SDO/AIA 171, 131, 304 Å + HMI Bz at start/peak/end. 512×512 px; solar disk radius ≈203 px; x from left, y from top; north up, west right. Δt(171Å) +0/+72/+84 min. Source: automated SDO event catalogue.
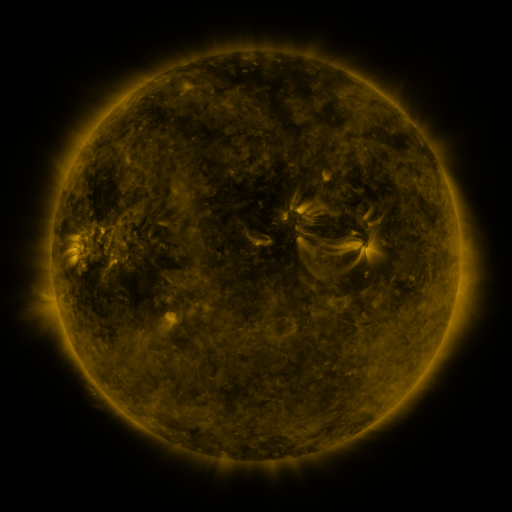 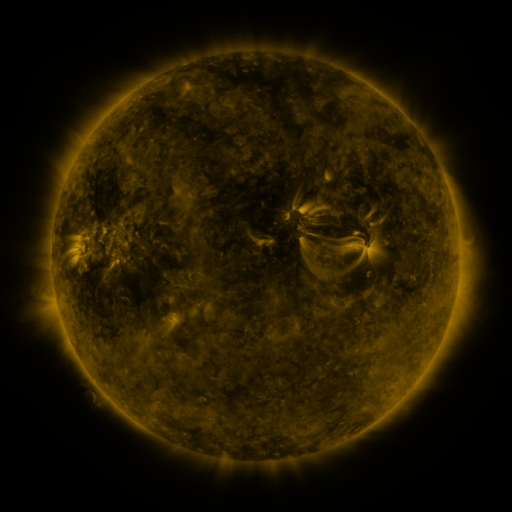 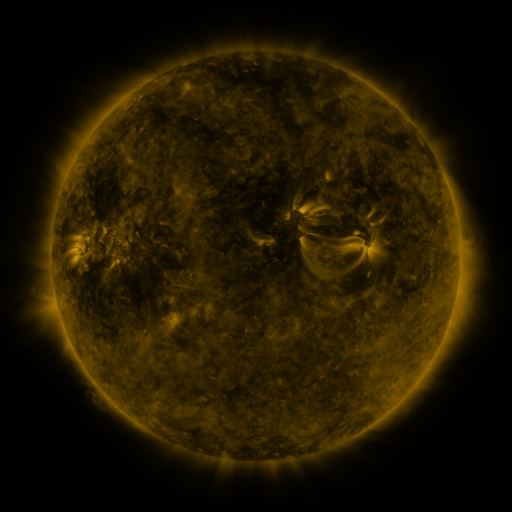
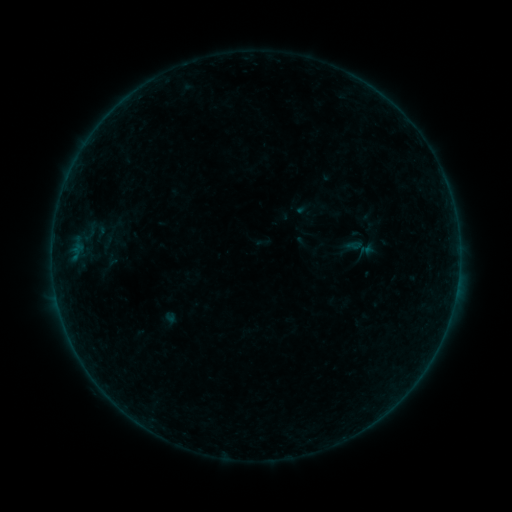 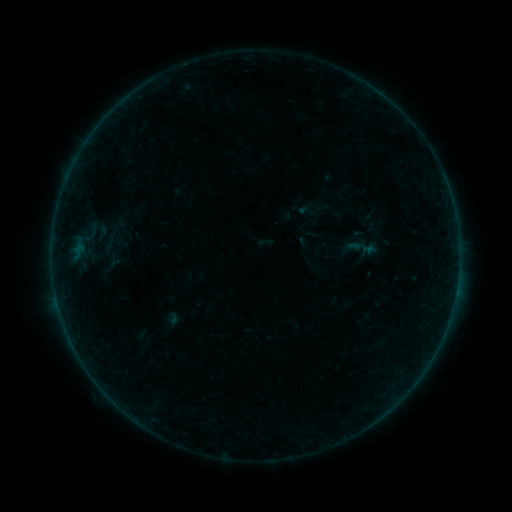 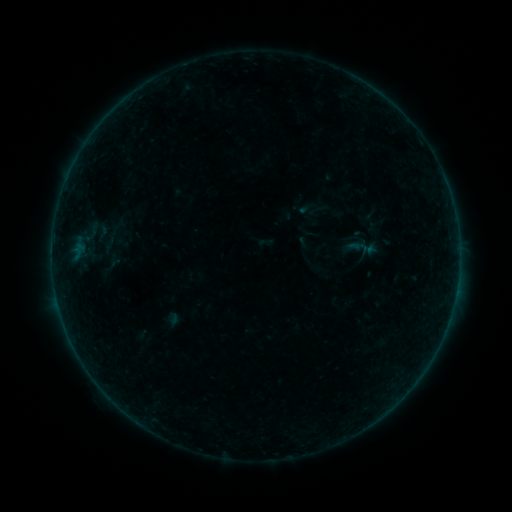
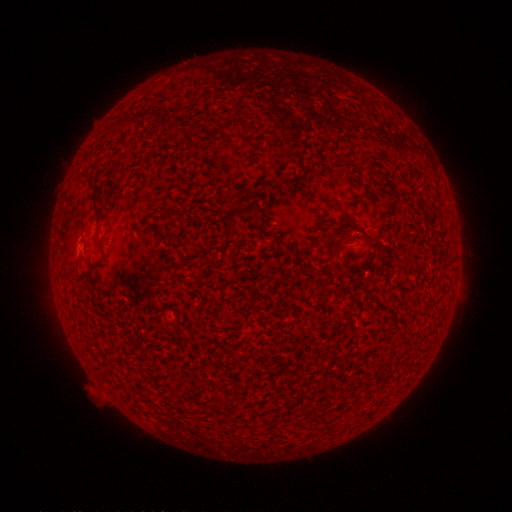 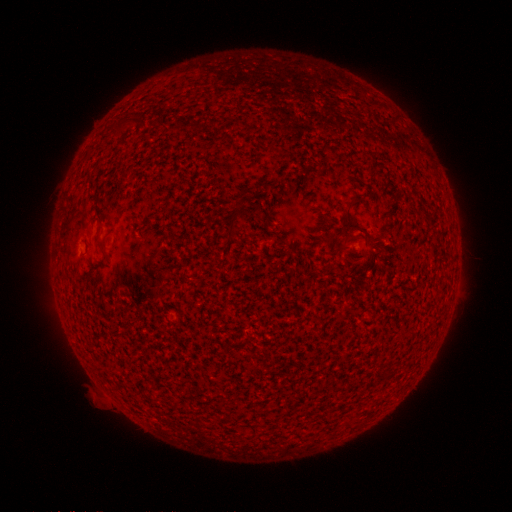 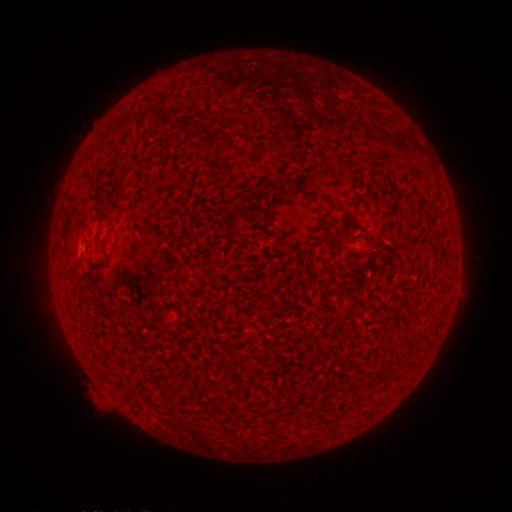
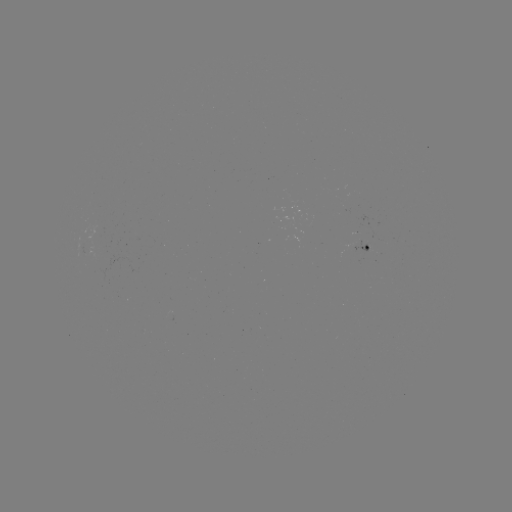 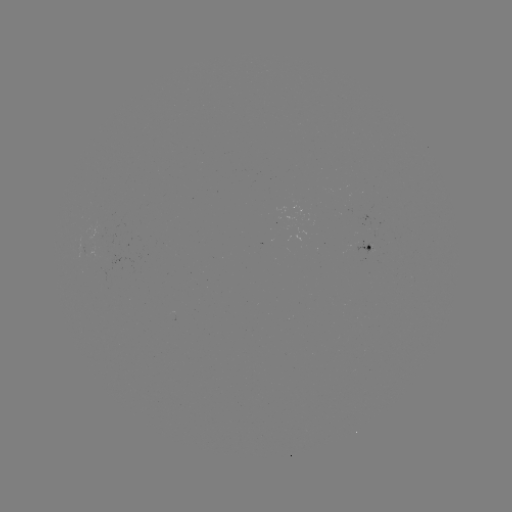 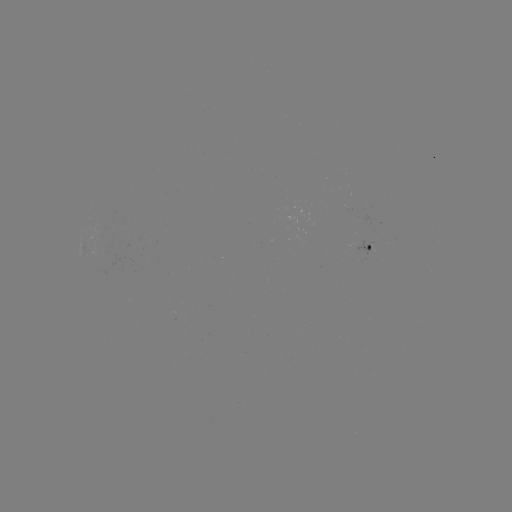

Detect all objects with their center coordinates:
emerging-flux region: (360, 245)
